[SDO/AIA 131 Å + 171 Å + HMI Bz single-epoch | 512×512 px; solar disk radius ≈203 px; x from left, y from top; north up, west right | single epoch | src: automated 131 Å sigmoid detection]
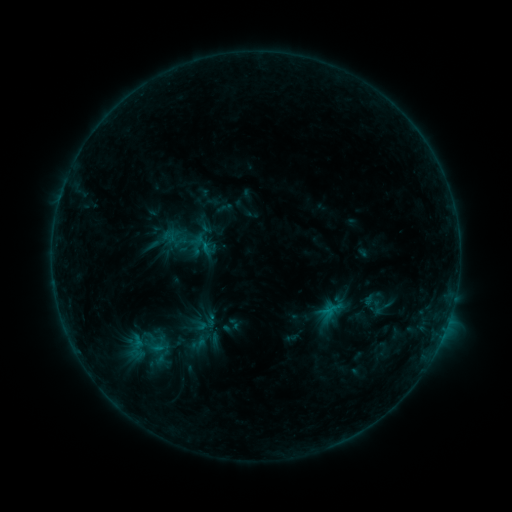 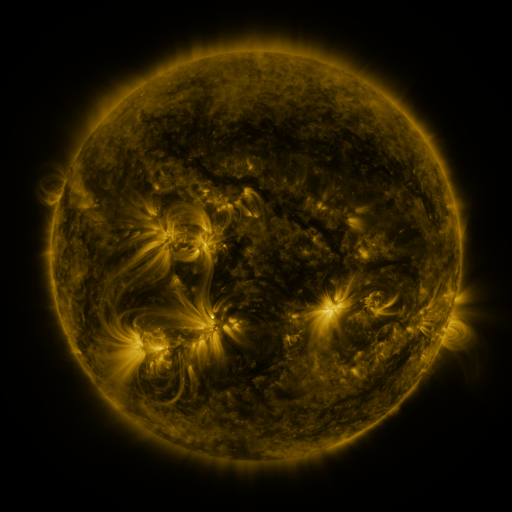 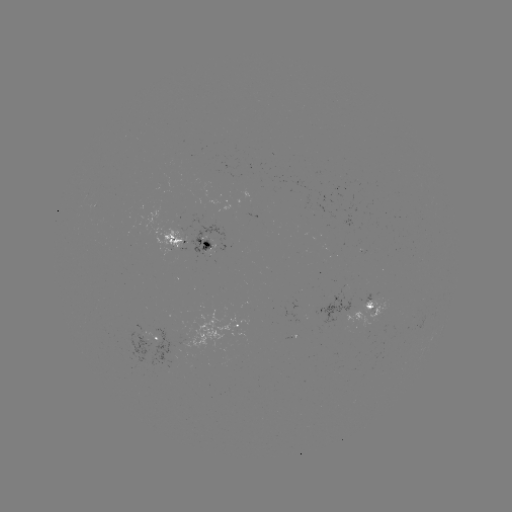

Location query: sigmoid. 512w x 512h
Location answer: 382,308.